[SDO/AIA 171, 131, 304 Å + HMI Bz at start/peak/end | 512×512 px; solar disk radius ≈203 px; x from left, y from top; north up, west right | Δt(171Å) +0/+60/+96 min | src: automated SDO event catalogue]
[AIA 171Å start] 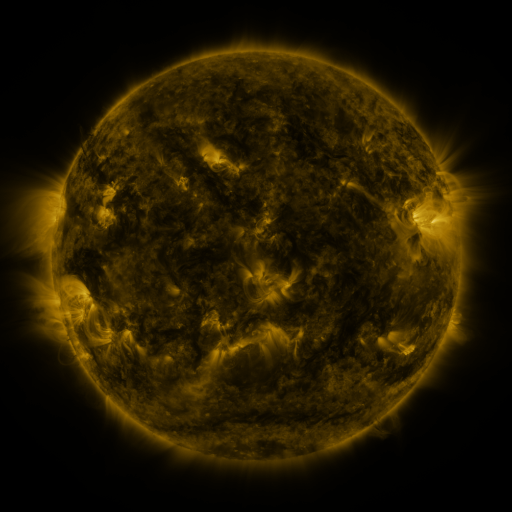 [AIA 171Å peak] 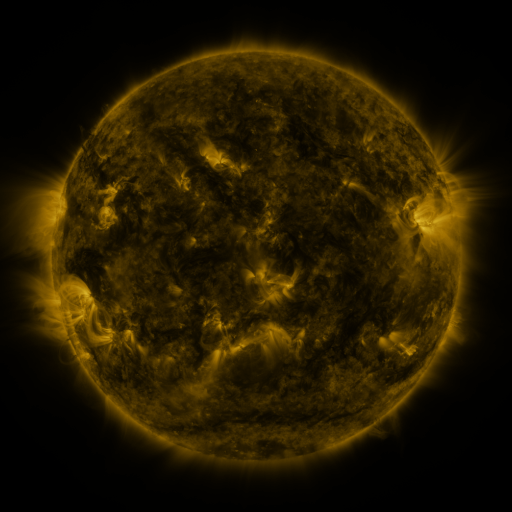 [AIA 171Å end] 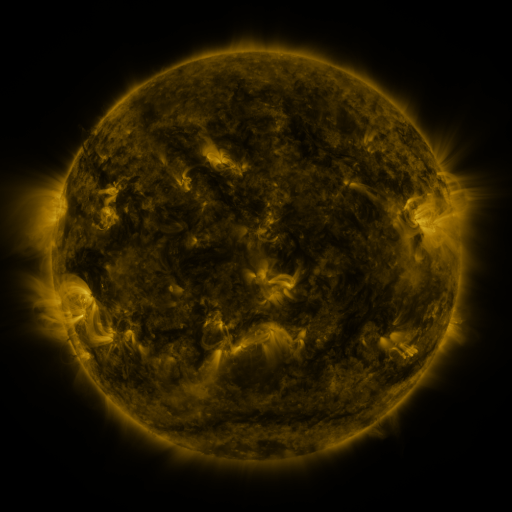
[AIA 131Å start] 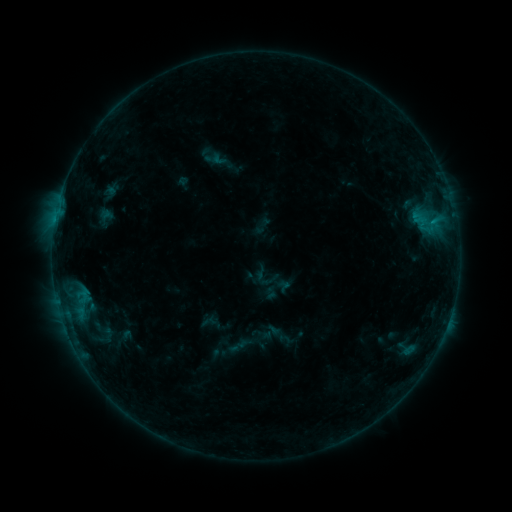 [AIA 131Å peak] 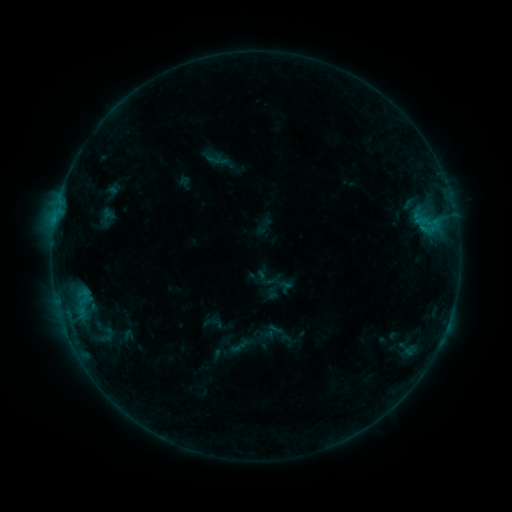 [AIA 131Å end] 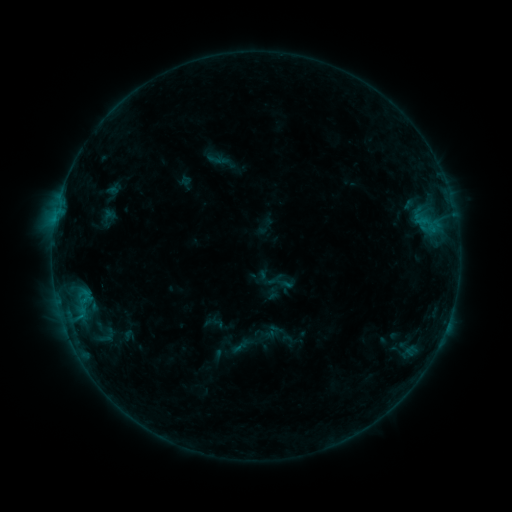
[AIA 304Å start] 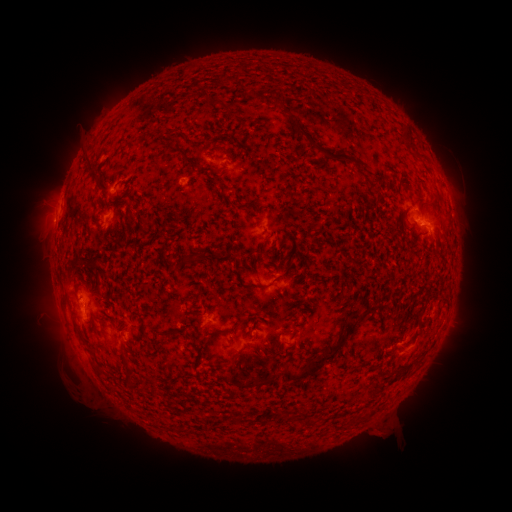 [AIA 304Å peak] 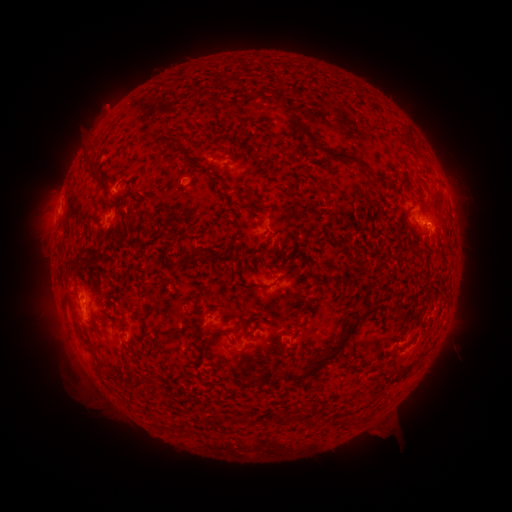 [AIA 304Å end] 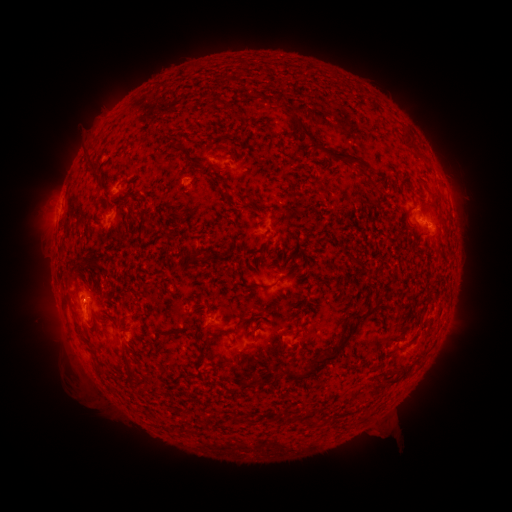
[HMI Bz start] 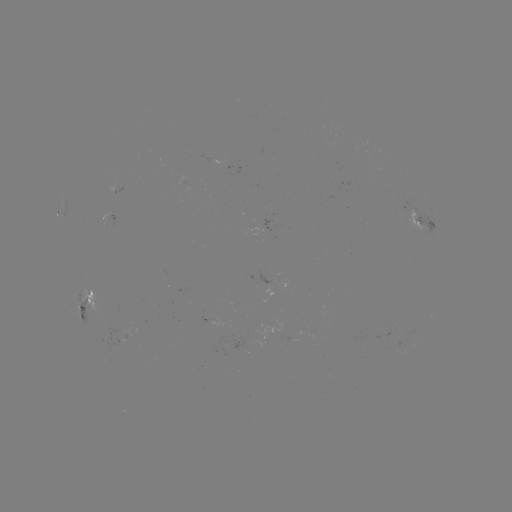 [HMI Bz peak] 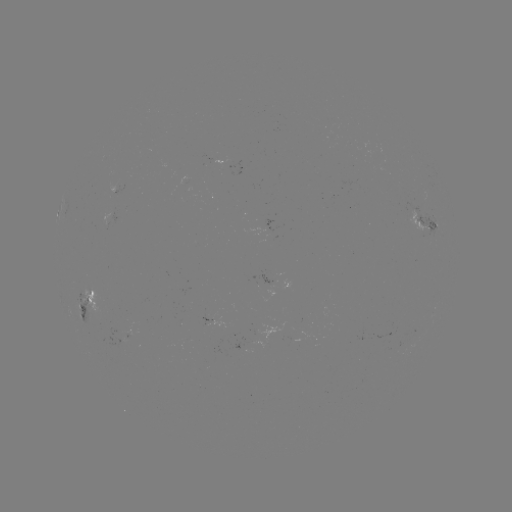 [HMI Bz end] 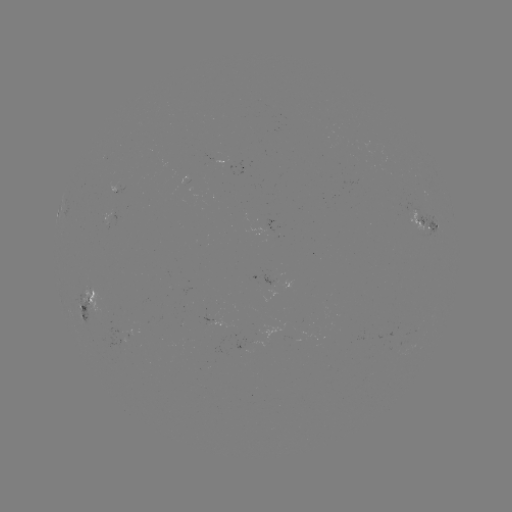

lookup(emerging-flux region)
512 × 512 [262, 284]